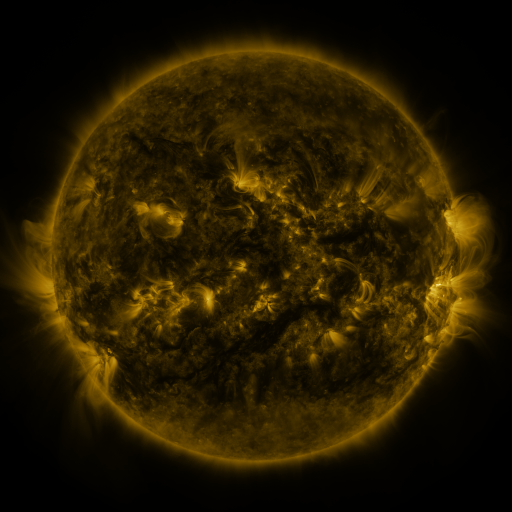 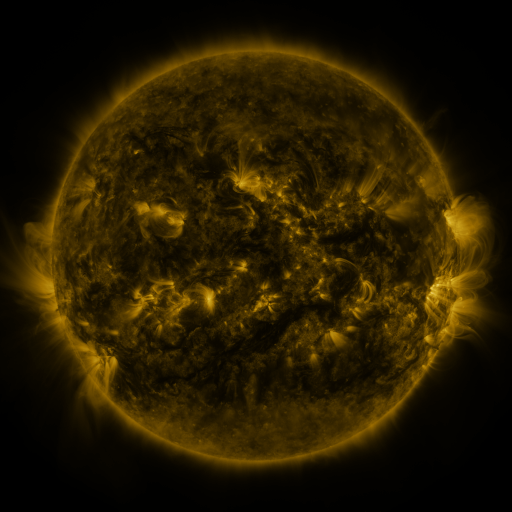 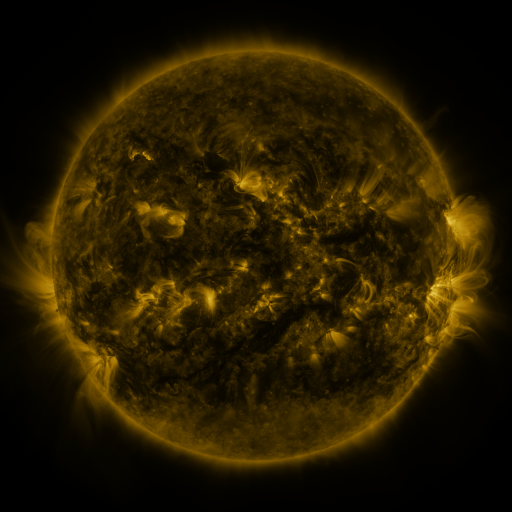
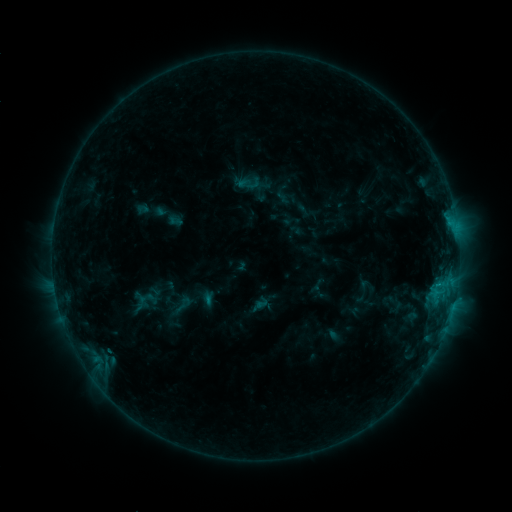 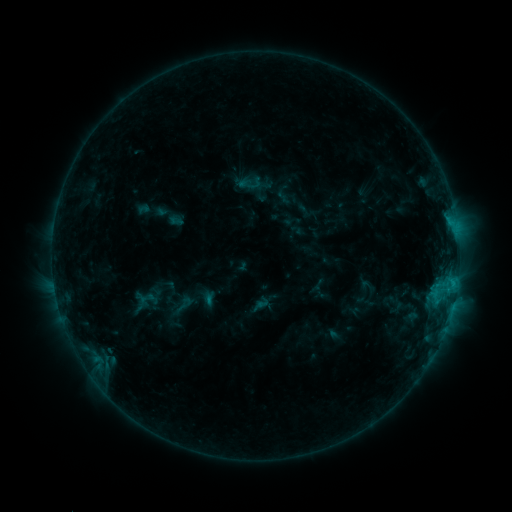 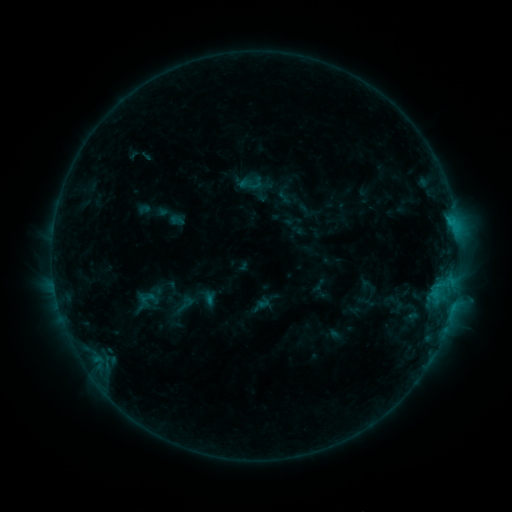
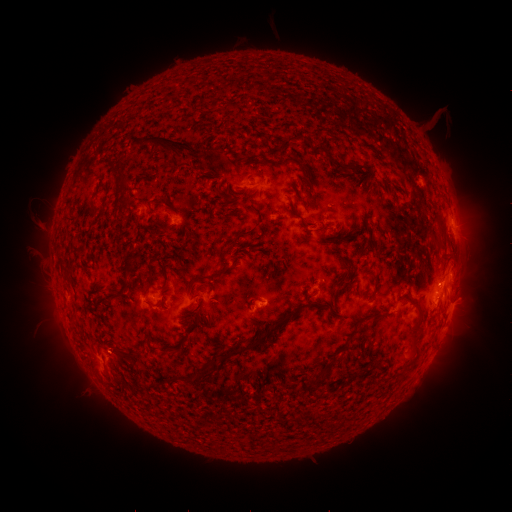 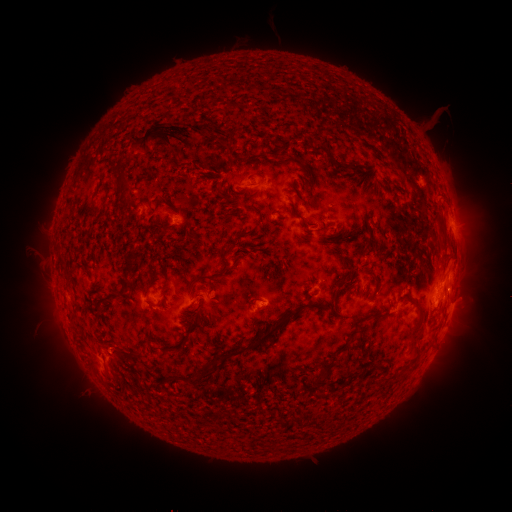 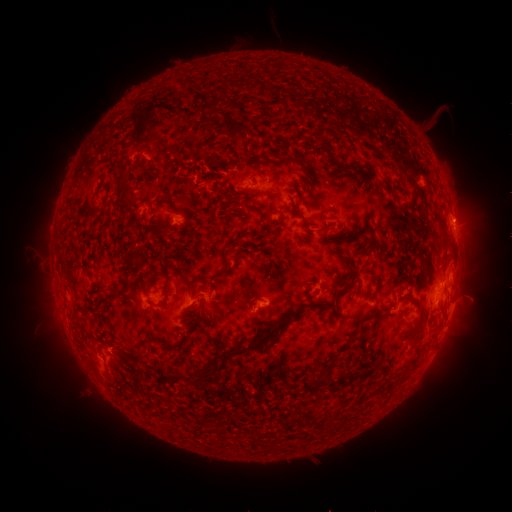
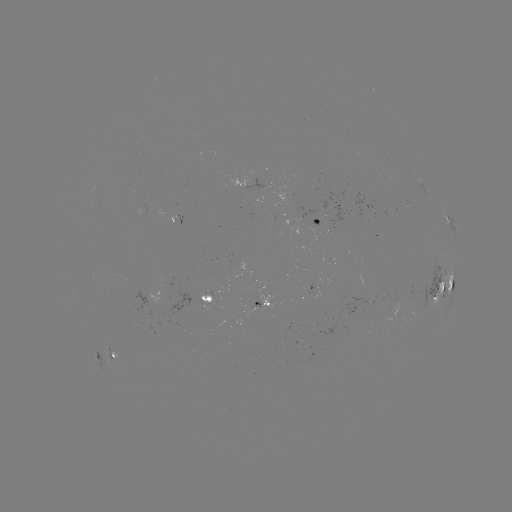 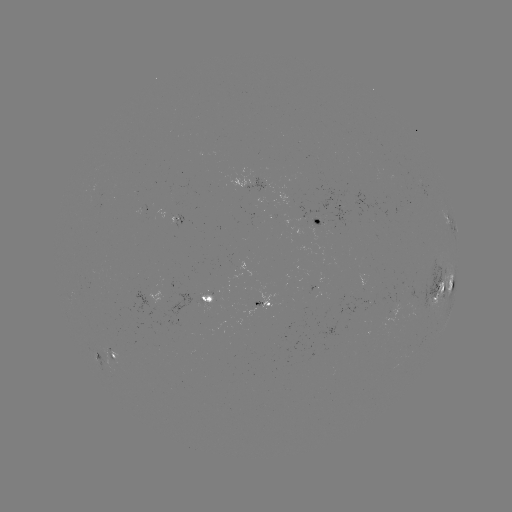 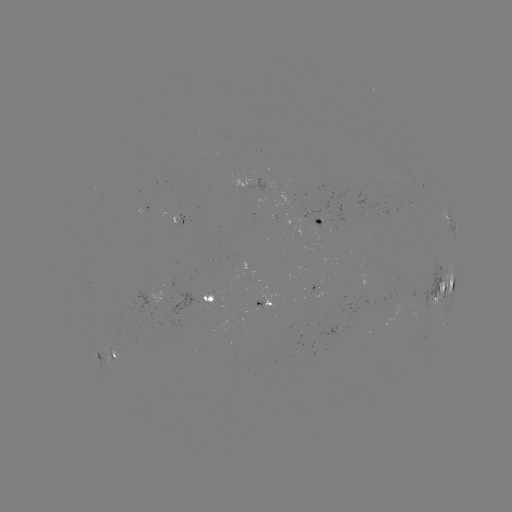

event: eruption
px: (186, 134)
